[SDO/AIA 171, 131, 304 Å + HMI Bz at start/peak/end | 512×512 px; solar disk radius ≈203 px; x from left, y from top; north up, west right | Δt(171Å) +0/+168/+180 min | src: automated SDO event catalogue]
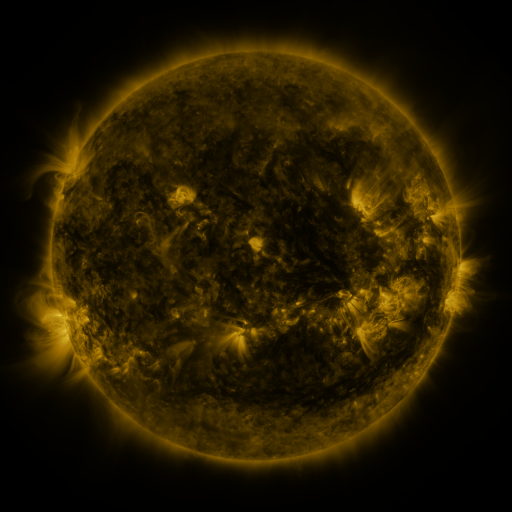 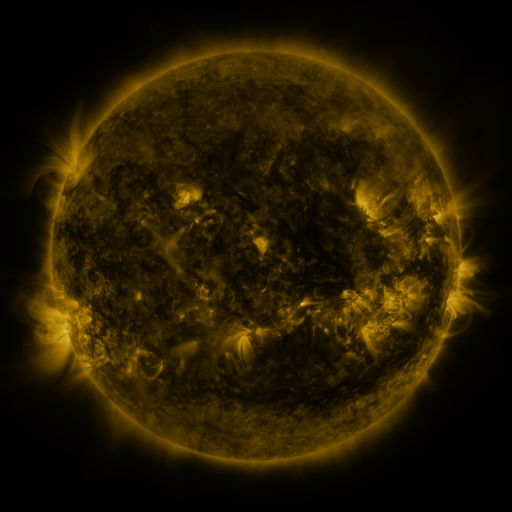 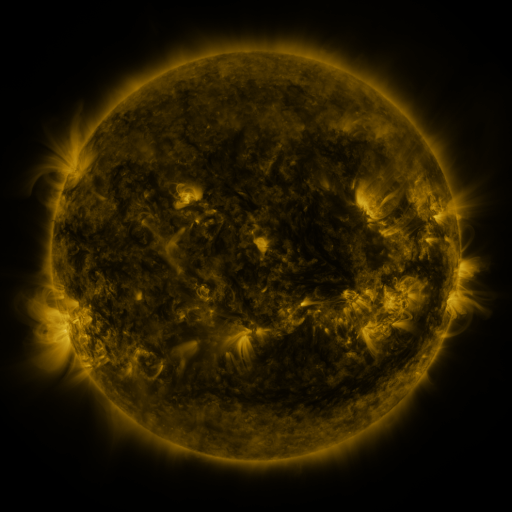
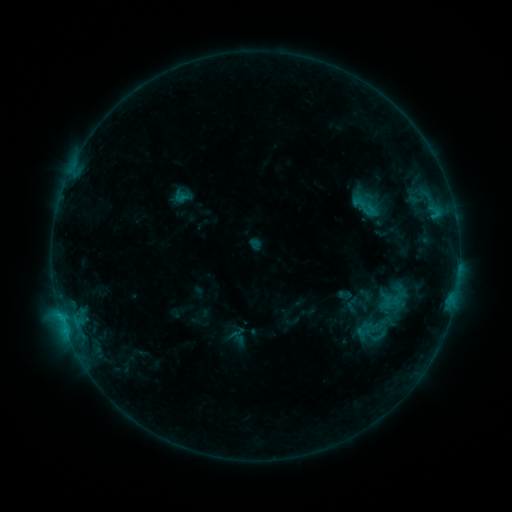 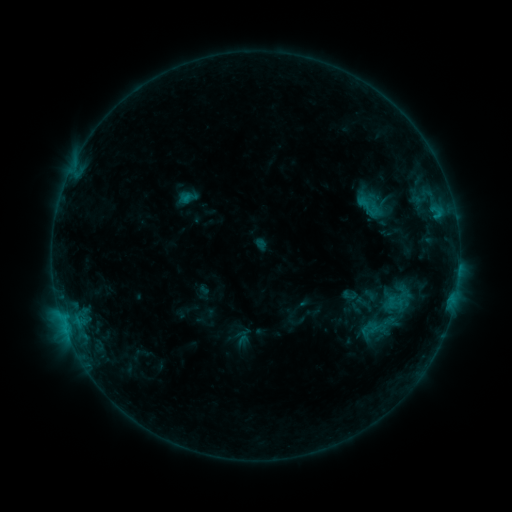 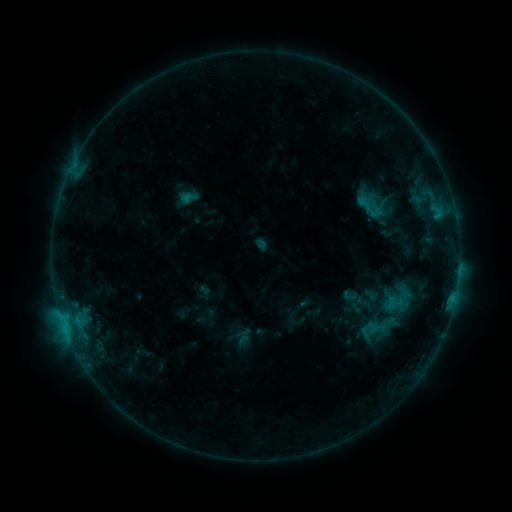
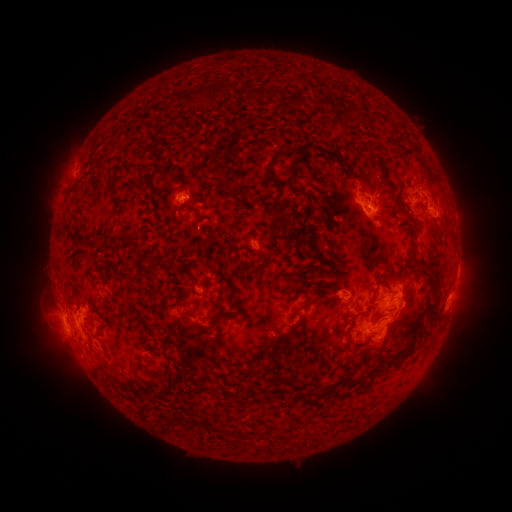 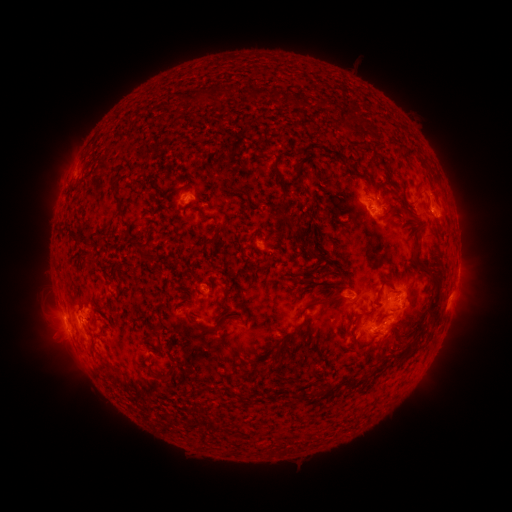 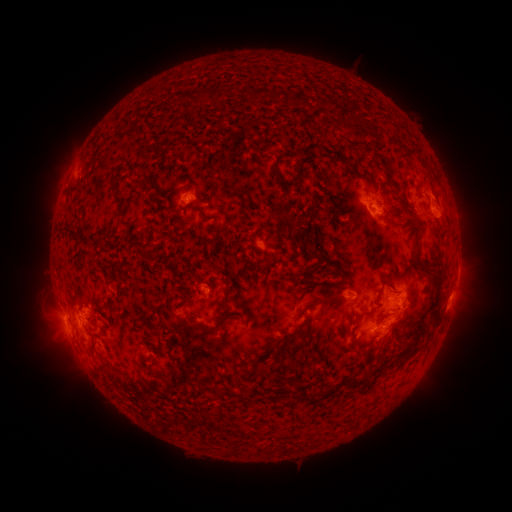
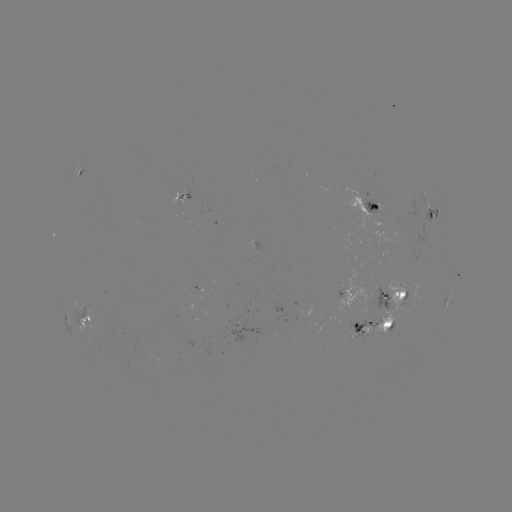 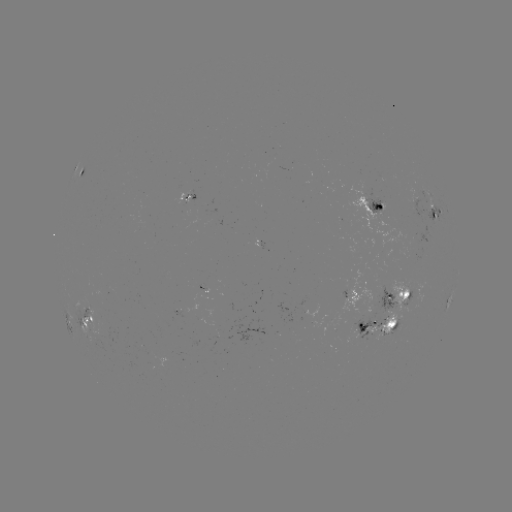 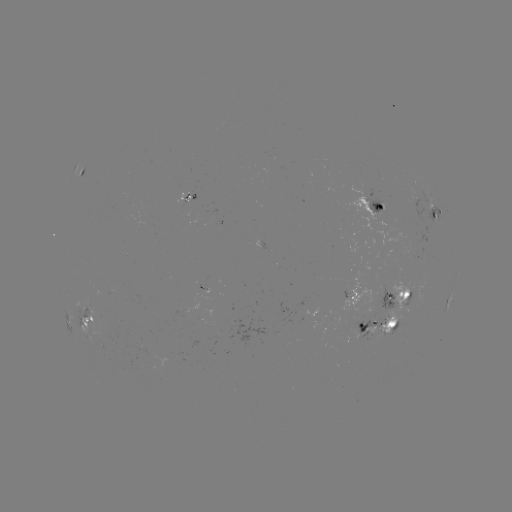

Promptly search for emerging-flux region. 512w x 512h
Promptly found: (366, 300).